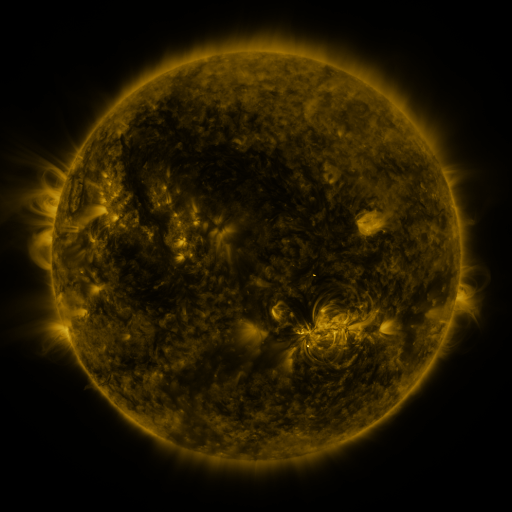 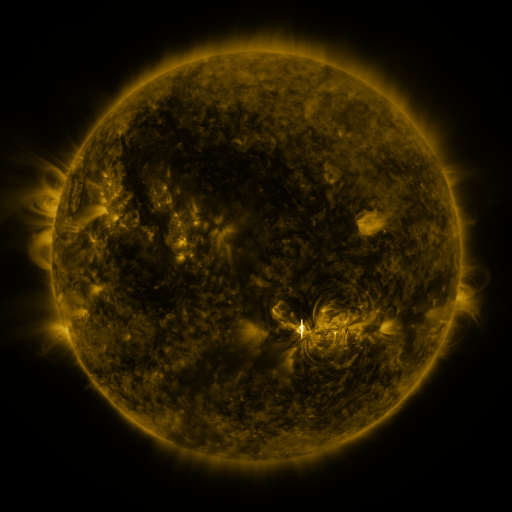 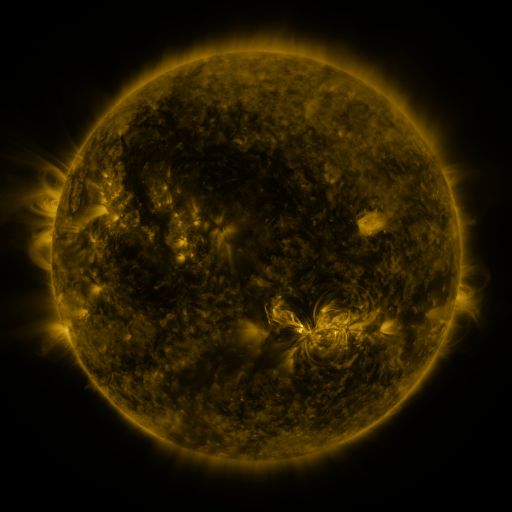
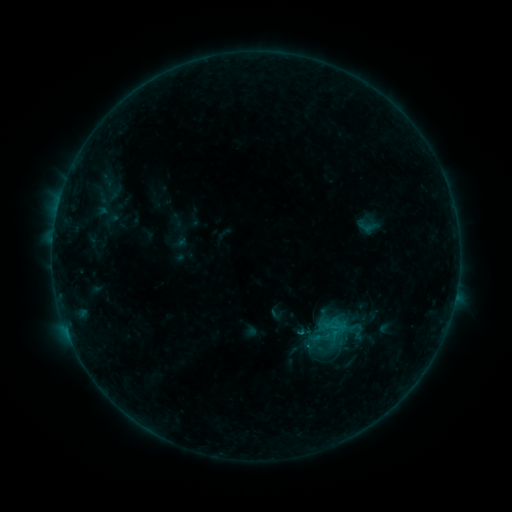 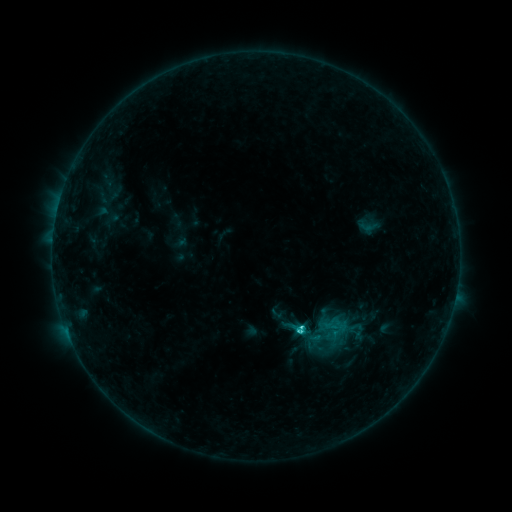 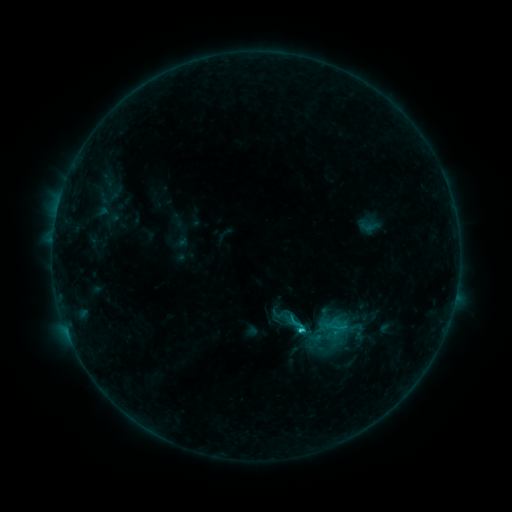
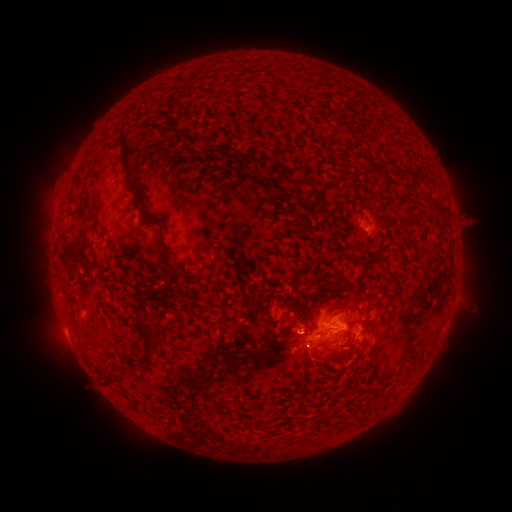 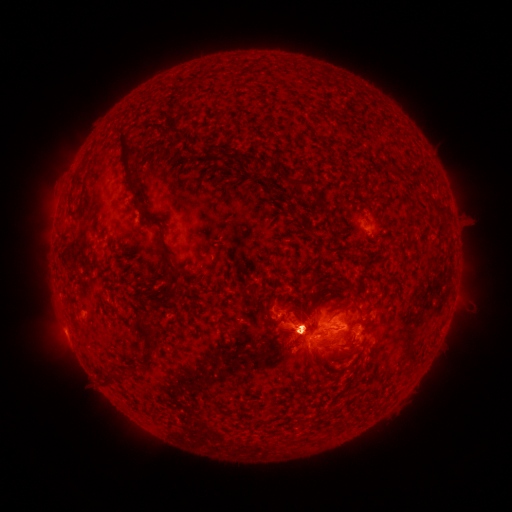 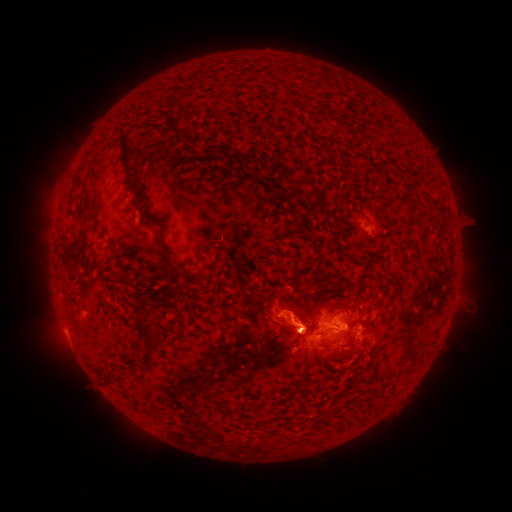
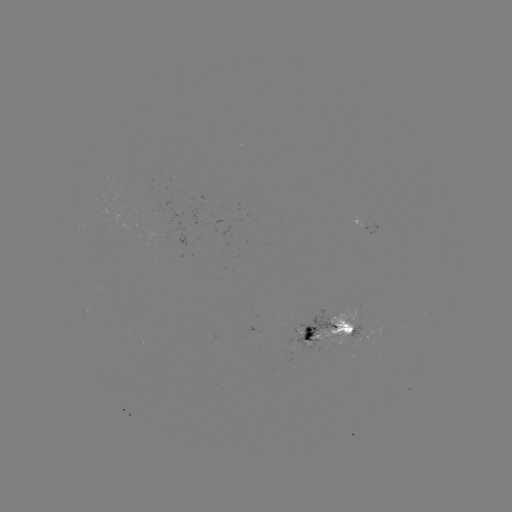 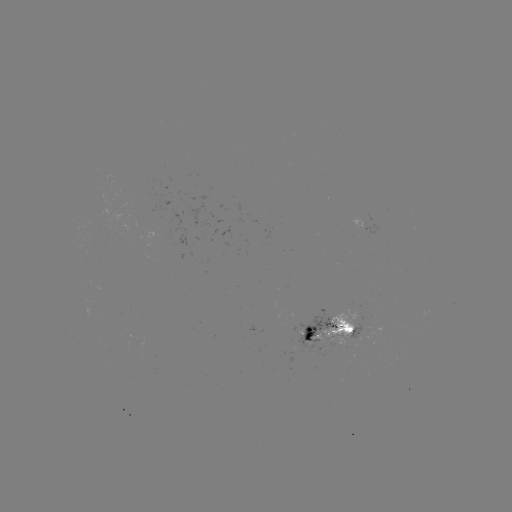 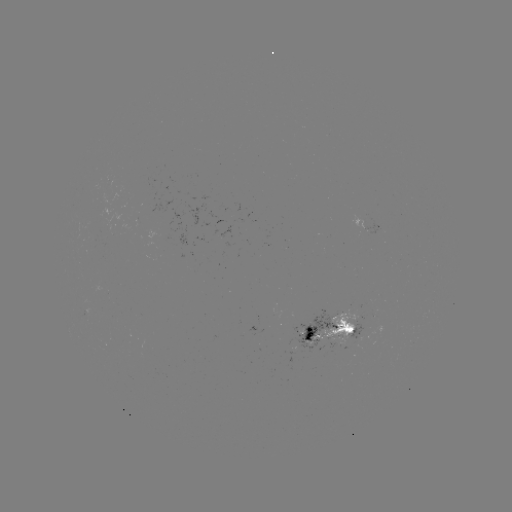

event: eruption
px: (293, 327)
